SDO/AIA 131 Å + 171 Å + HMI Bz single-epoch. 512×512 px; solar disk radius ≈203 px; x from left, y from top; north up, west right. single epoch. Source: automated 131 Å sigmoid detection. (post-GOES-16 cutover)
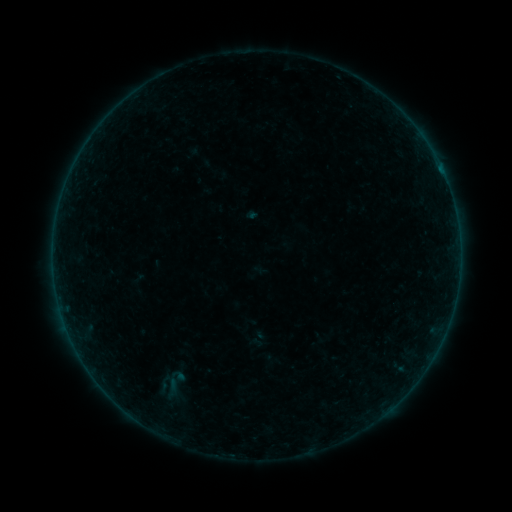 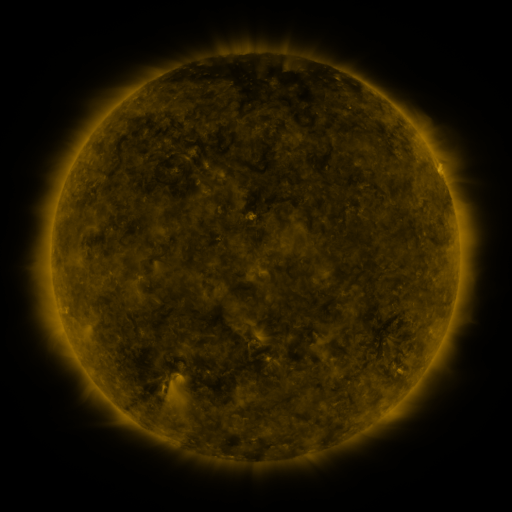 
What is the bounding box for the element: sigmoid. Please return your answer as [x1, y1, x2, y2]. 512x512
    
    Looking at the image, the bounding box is [143, 365, 200, 403].